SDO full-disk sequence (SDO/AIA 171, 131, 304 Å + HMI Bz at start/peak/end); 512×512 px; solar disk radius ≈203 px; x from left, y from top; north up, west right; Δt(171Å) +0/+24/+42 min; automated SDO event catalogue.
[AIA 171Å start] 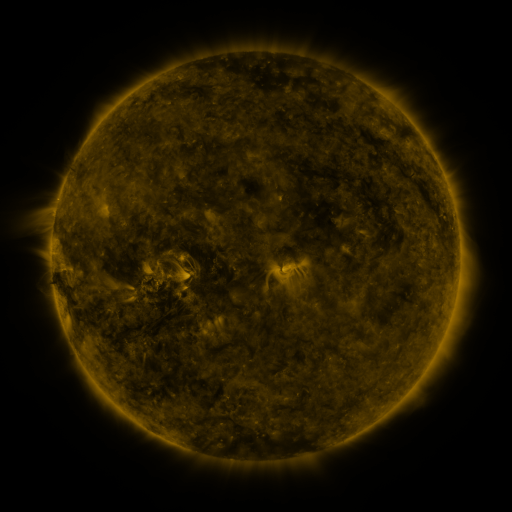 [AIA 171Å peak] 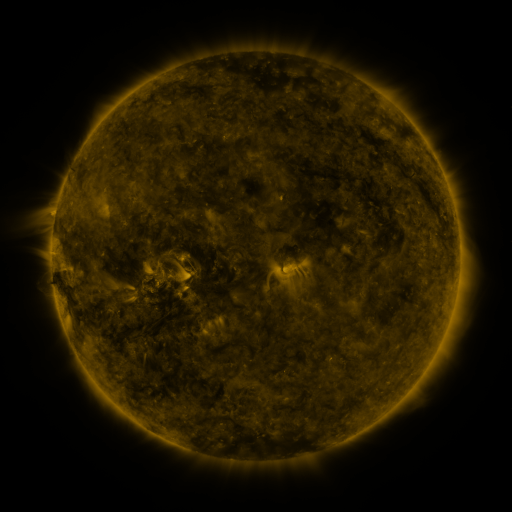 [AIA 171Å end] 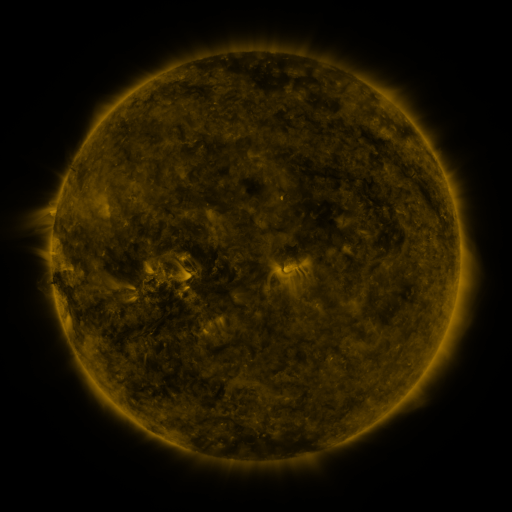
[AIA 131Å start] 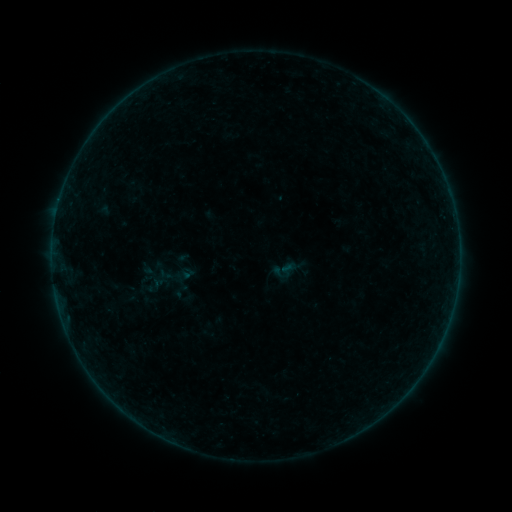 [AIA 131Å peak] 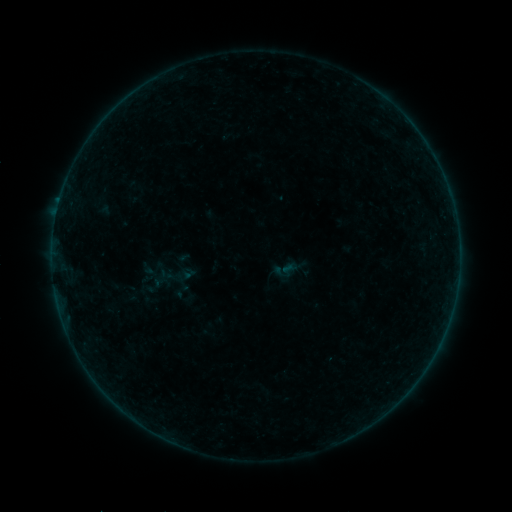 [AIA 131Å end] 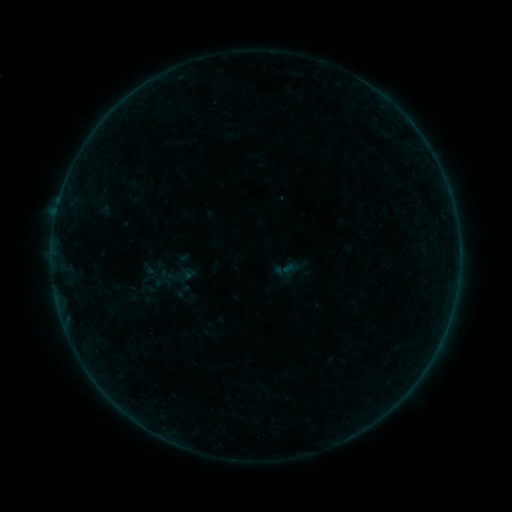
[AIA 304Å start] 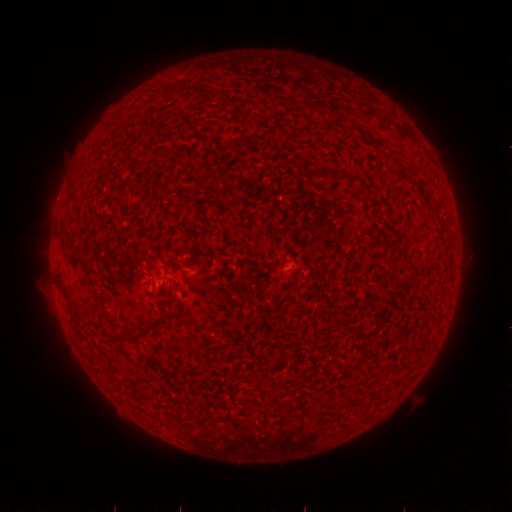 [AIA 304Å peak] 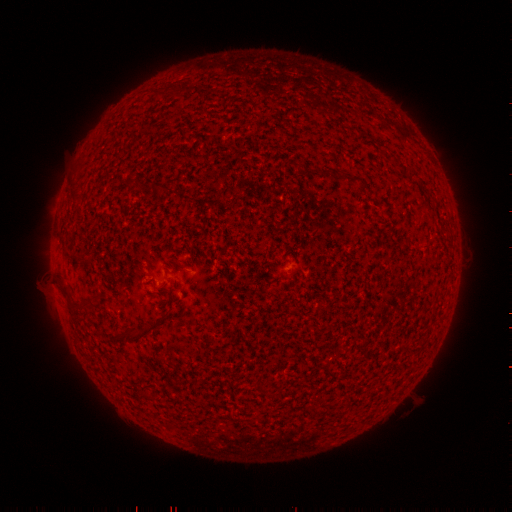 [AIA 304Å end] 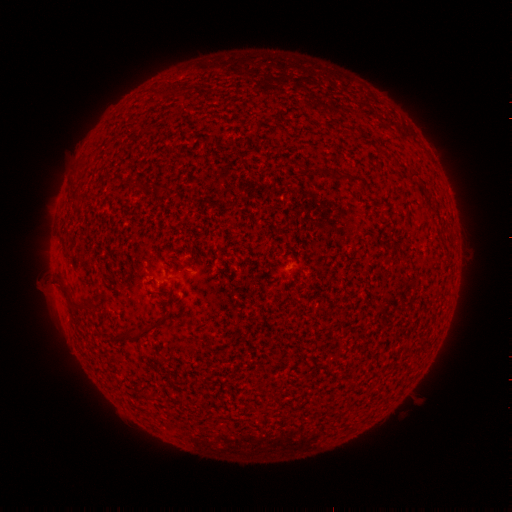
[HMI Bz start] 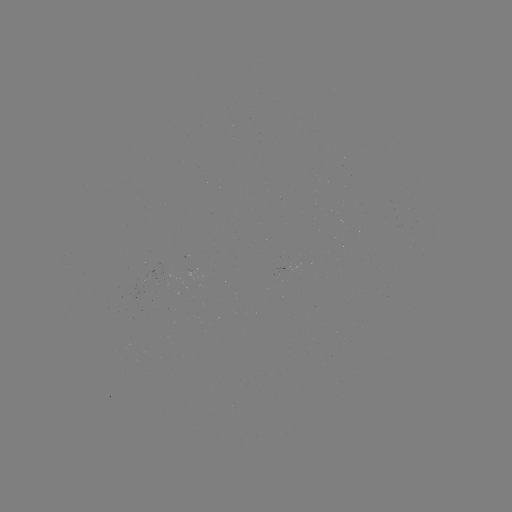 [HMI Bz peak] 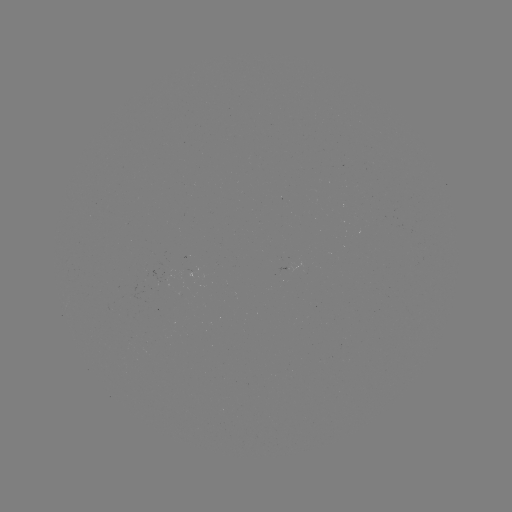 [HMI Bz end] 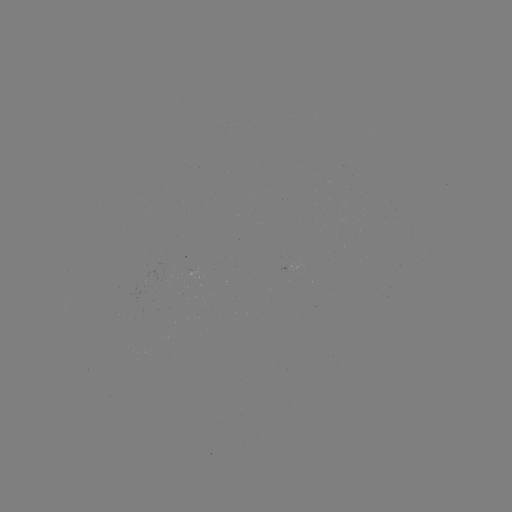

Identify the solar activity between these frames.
B1.1 flare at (59, 203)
